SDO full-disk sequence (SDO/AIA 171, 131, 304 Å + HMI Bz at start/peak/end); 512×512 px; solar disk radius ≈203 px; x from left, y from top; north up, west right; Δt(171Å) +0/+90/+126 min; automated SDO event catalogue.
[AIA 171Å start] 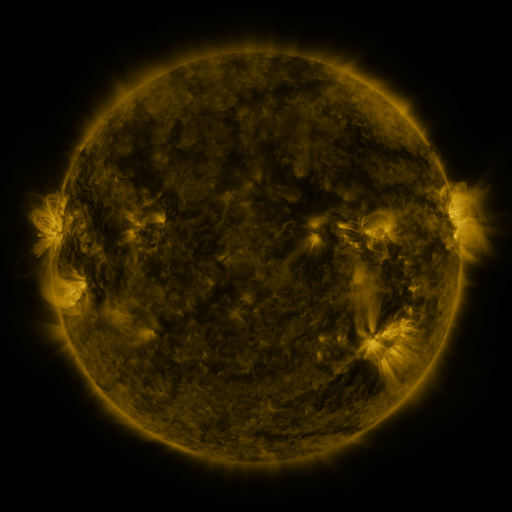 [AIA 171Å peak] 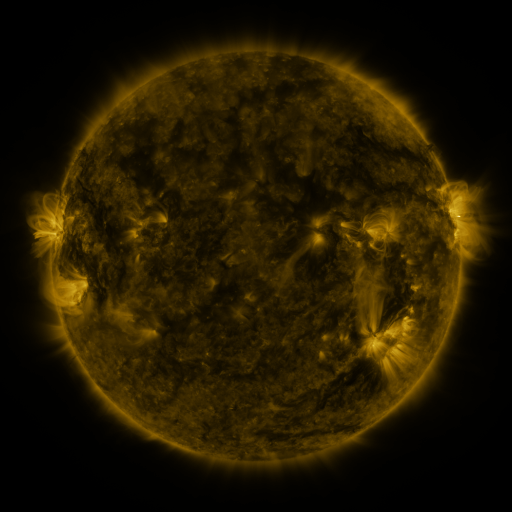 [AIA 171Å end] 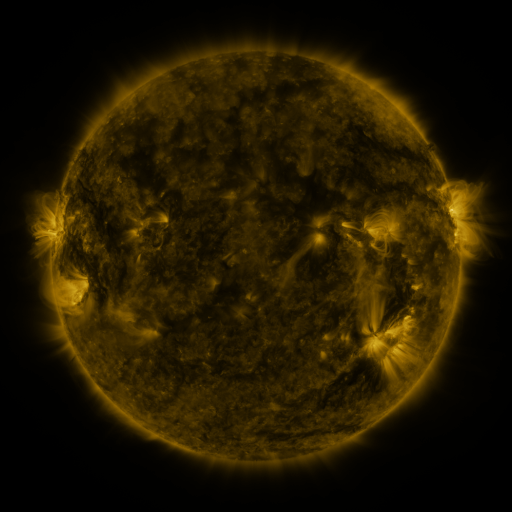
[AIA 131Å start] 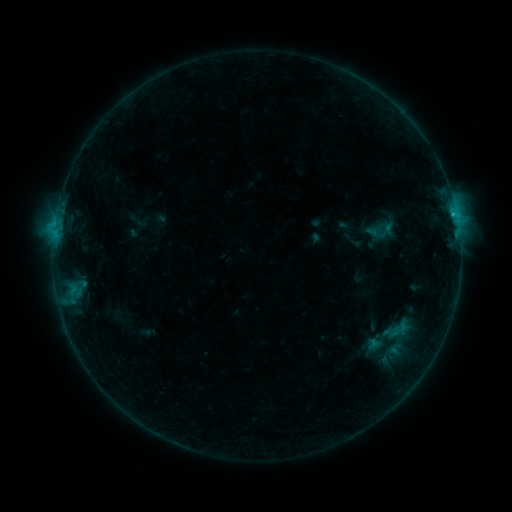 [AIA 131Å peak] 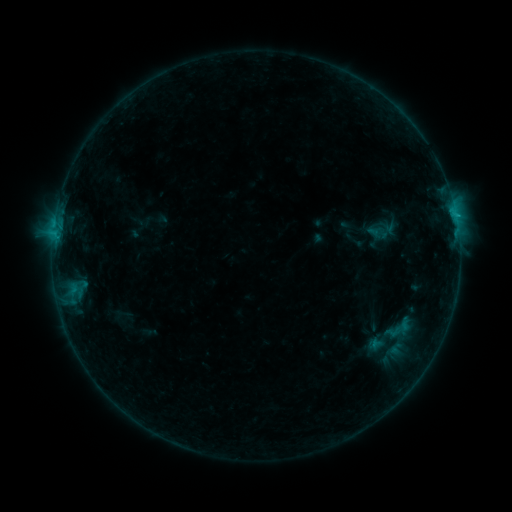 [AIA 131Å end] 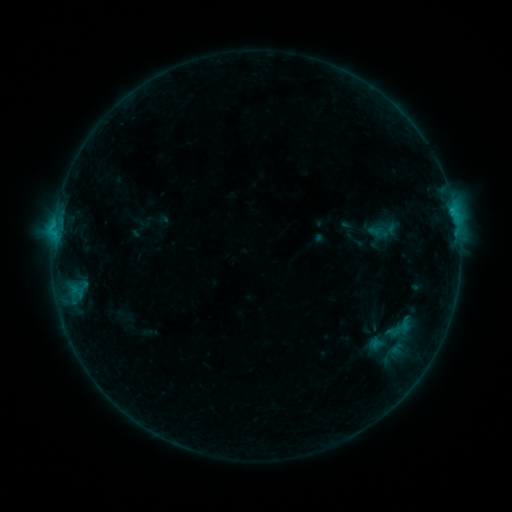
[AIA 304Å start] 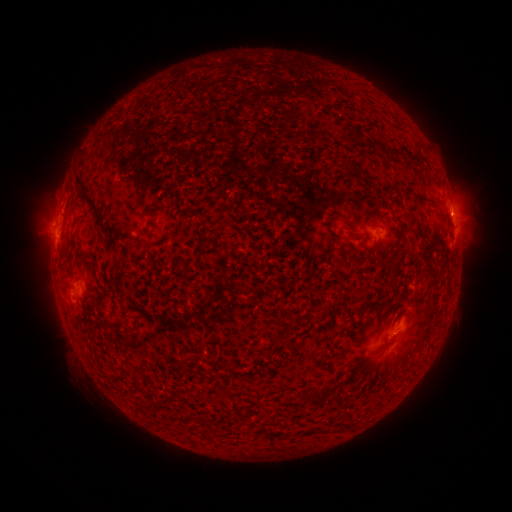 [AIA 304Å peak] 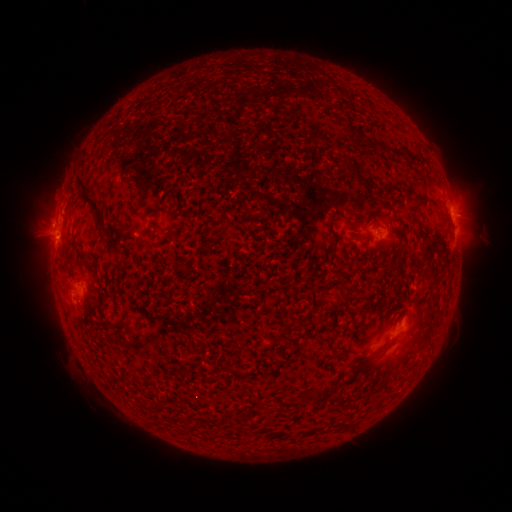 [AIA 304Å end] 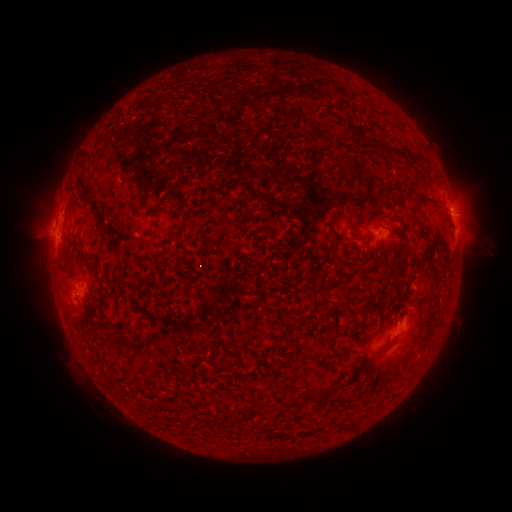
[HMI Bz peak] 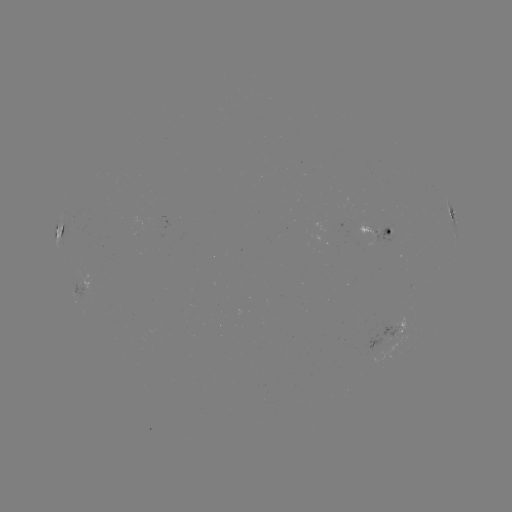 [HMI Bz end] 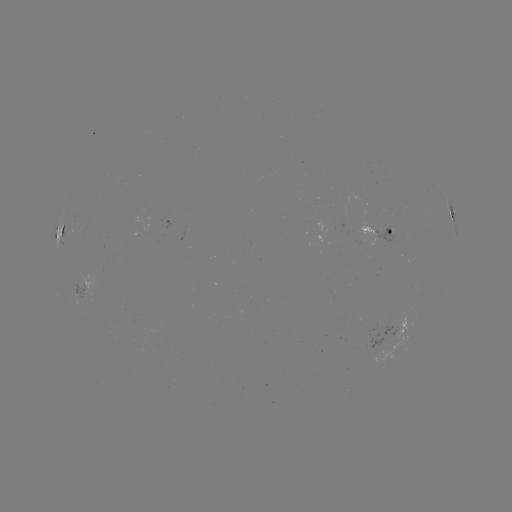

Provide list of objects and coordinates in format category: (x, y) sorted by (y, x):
emerging-flux region: (370, 231)
